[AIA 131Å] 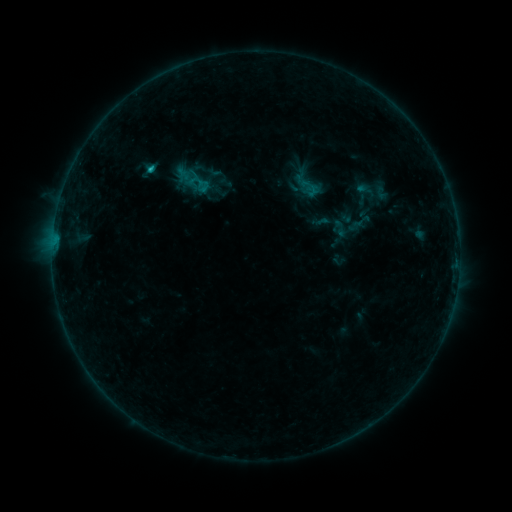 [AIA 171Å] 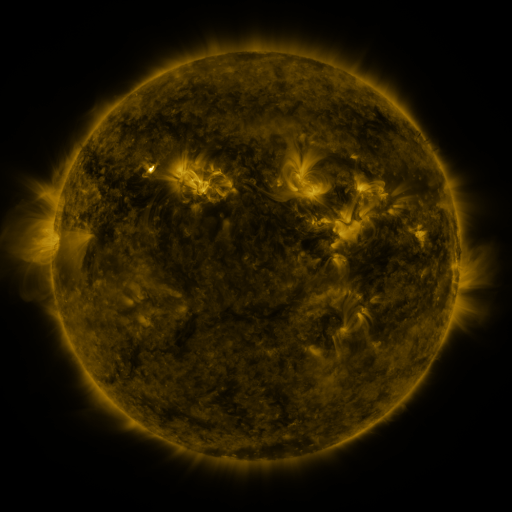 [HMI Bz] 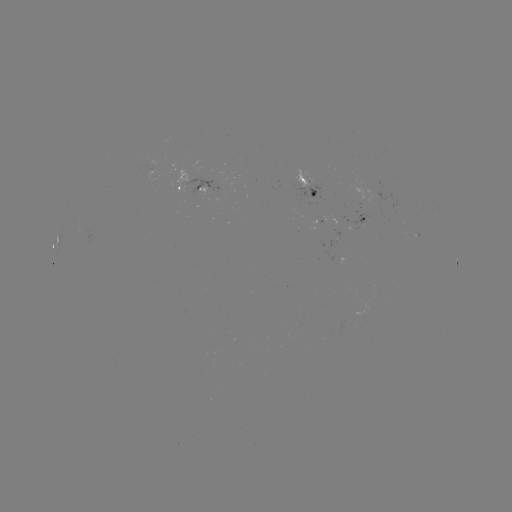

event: sigmoid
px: (189, 178)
